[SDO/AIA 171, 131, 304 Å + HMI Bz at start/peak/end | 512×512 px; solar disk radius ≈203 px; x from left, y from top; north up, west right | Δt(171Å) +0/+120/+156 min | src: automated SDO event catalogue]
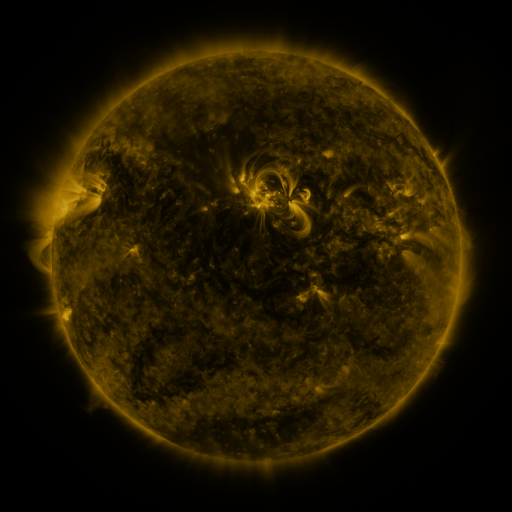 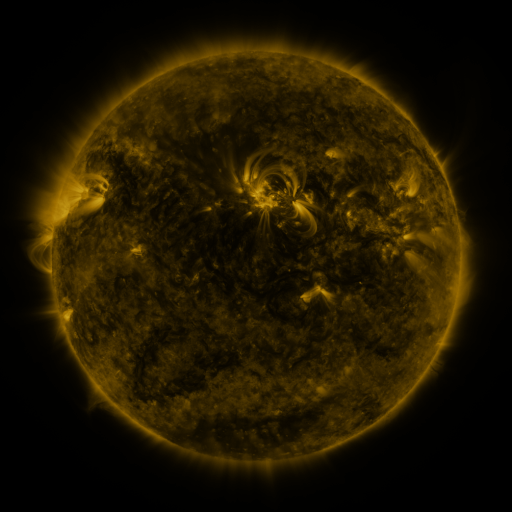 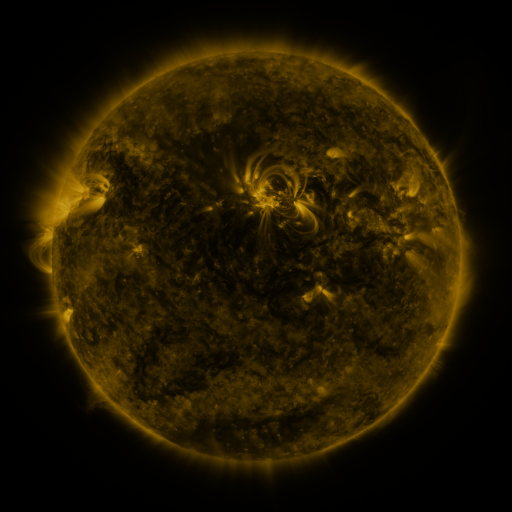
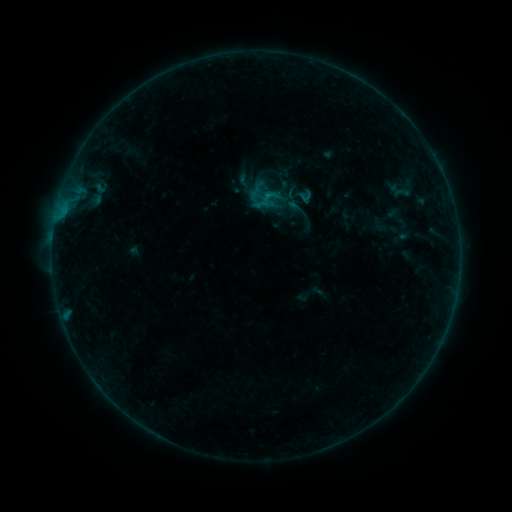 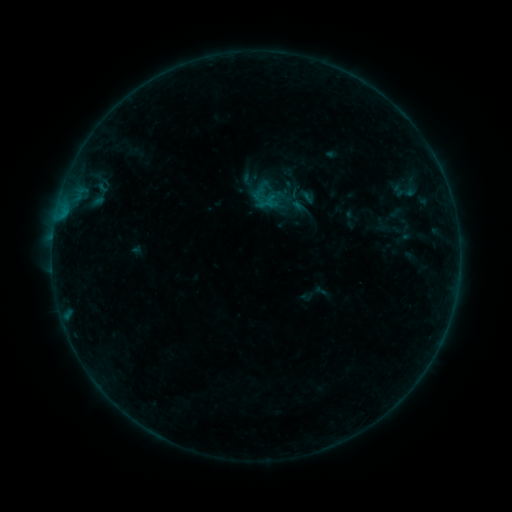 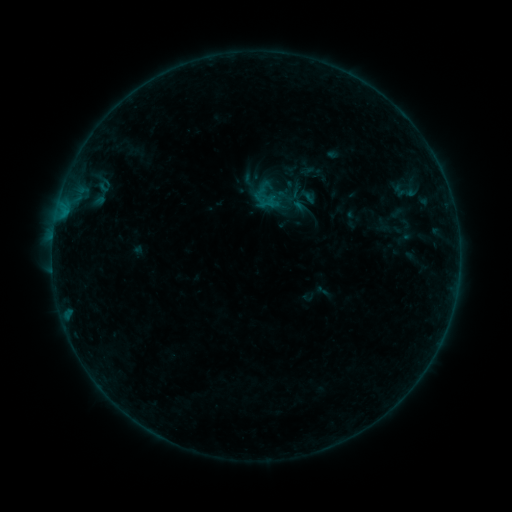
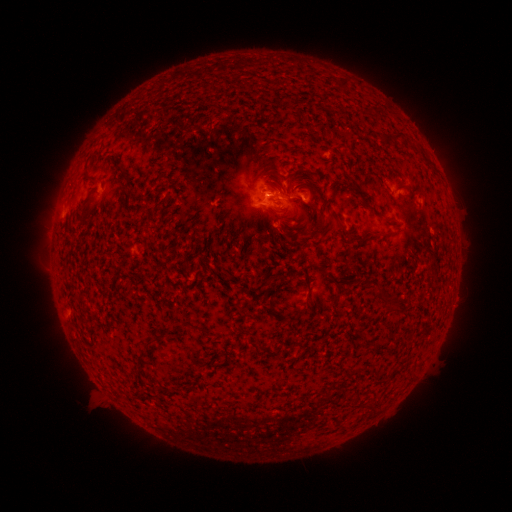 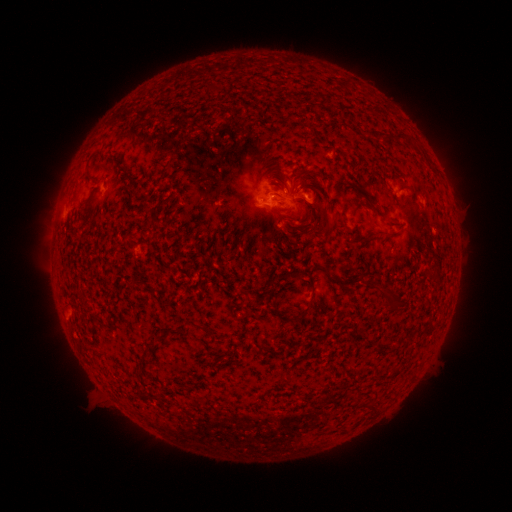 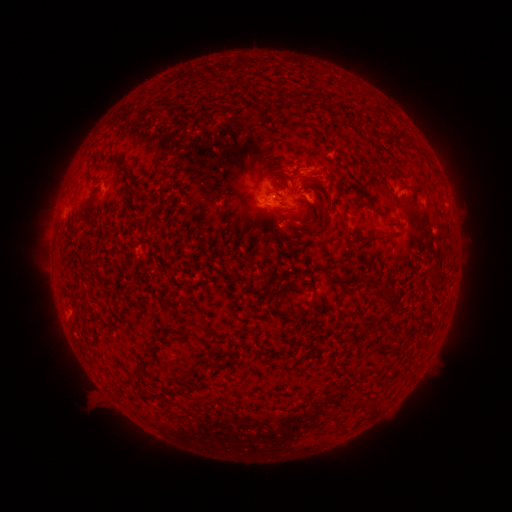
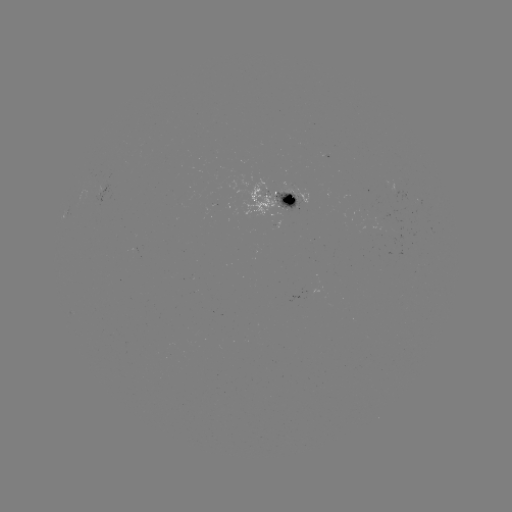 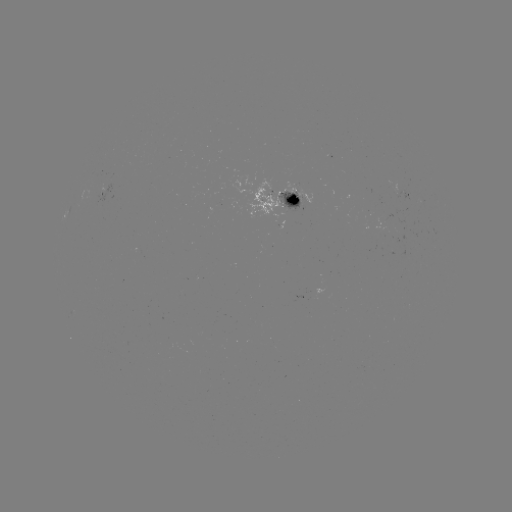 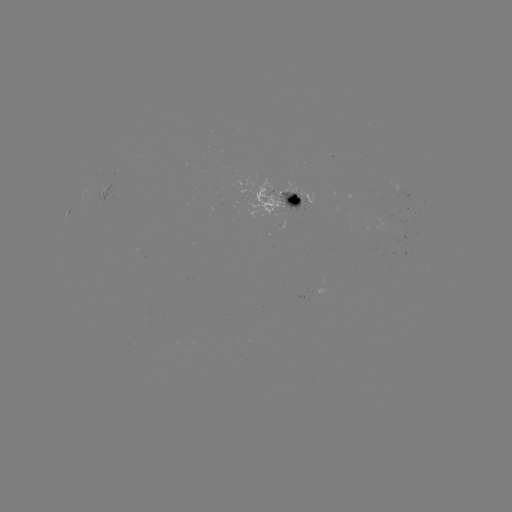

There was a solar emerging-flux region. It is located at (287, 207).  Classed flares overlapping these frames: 1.